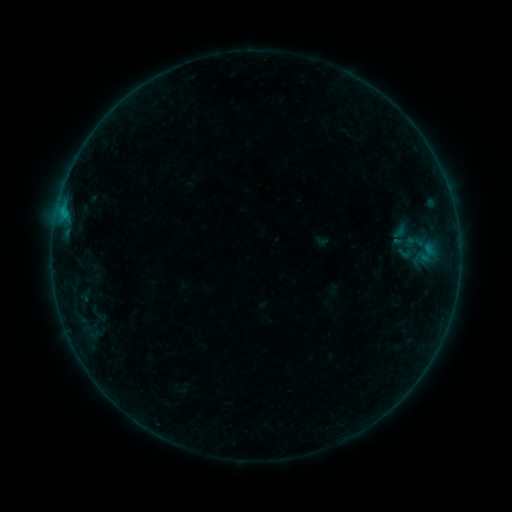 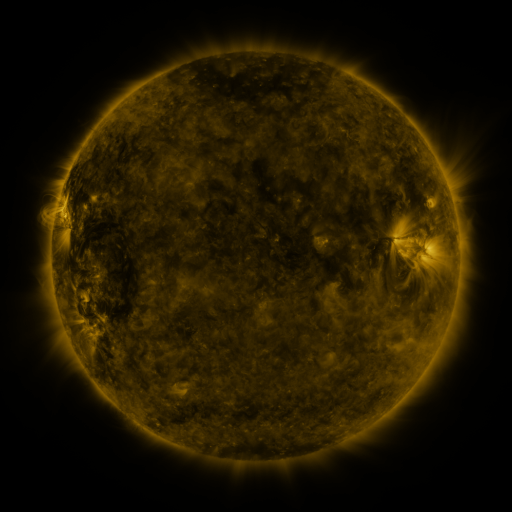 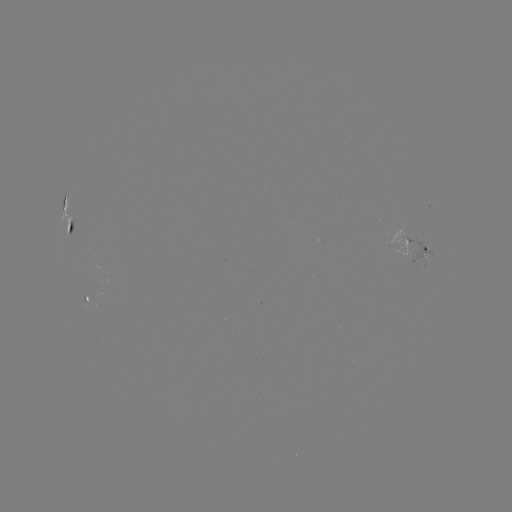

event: sigmoid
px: (405, 253)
